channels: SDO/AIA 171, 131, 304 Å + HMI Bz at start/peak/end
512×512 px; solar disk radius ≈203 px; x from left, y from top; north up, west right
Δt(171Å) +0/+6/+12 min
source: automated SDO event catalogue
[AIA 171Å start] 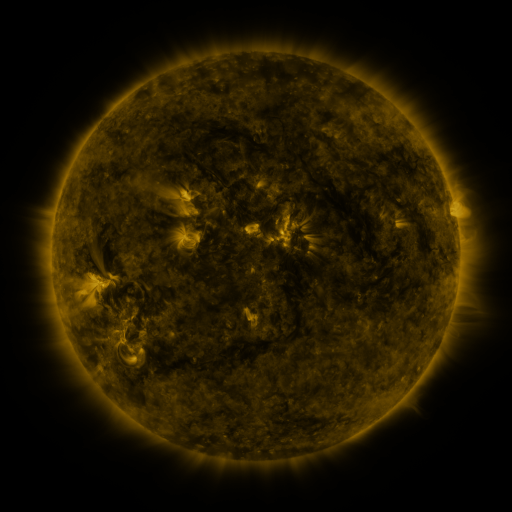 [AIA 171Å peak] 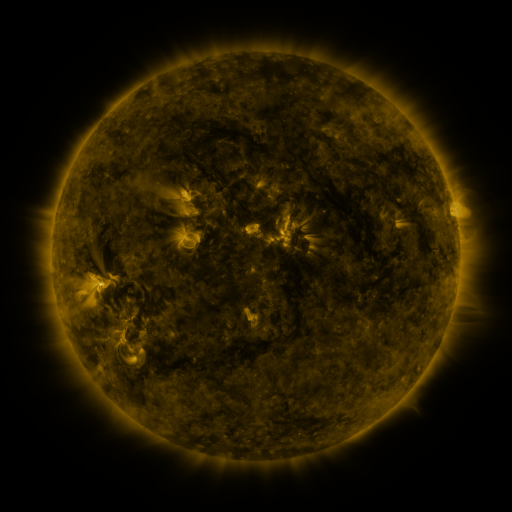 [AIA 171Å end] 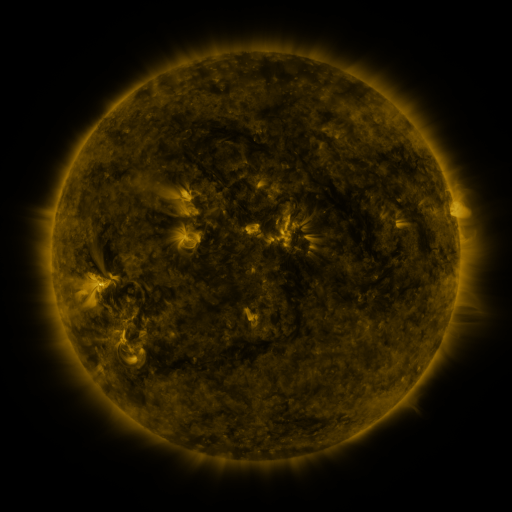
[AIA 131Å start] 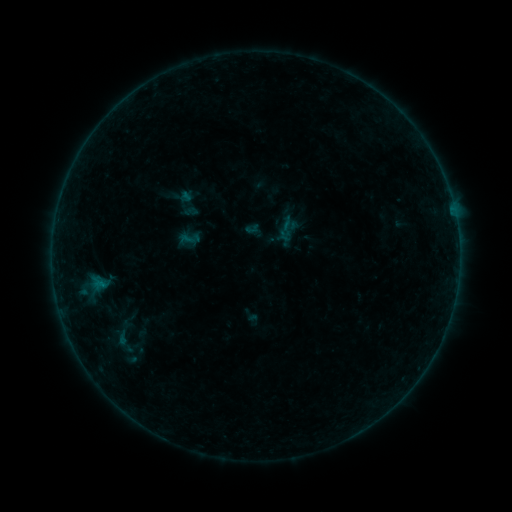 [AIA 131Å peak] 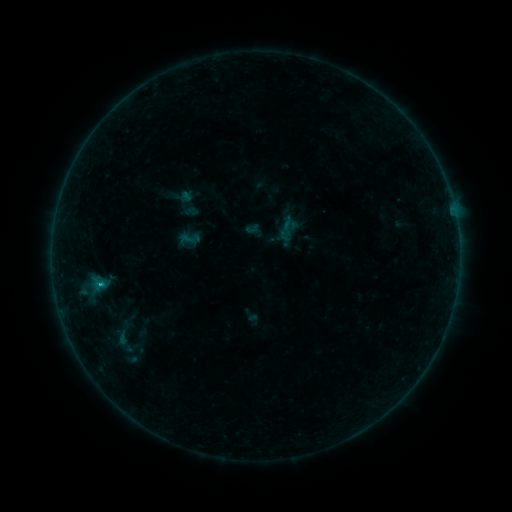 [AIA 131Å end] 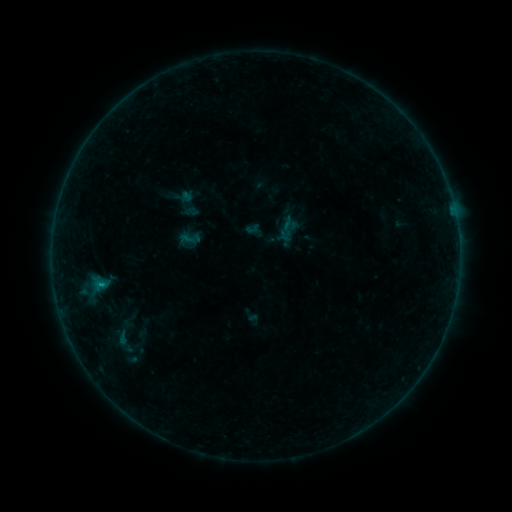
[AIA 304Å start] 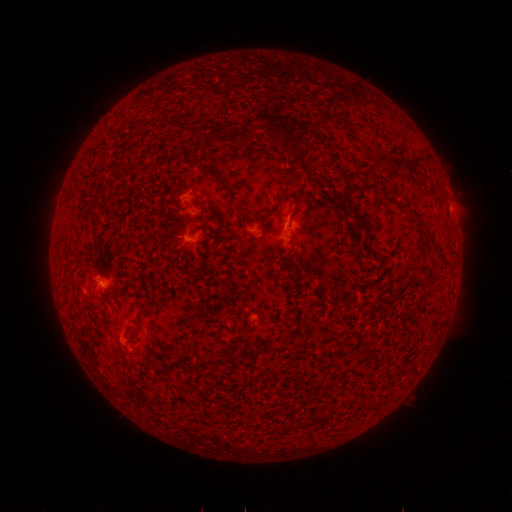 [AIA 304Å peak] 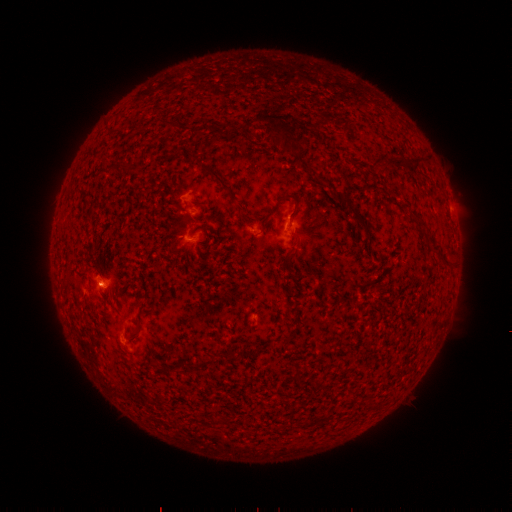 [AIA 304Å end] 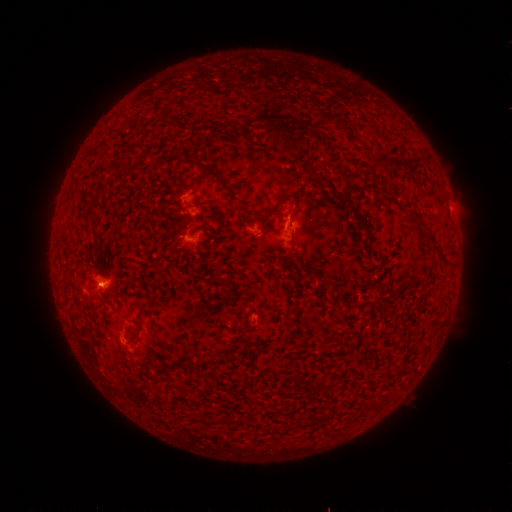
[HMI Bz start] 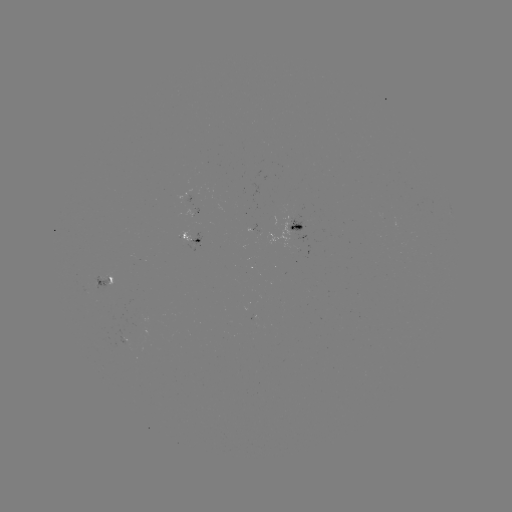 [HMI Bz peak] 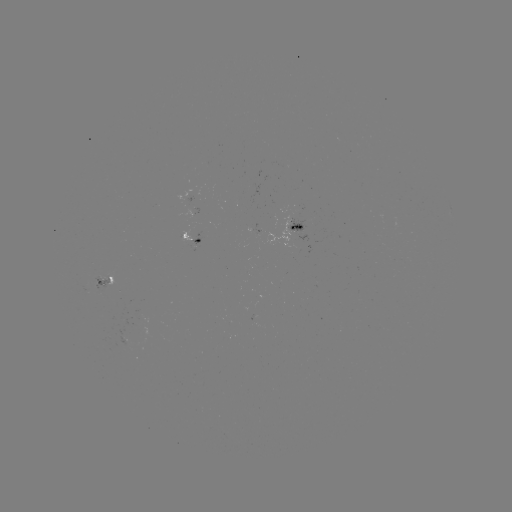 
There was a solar flare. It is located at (101, 282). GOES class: B3.7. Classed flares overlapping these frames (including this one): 1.